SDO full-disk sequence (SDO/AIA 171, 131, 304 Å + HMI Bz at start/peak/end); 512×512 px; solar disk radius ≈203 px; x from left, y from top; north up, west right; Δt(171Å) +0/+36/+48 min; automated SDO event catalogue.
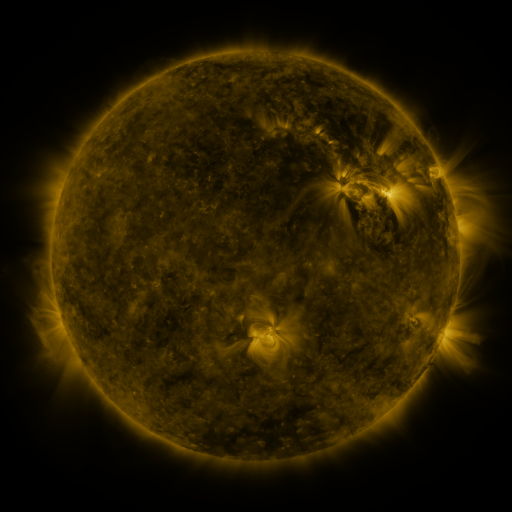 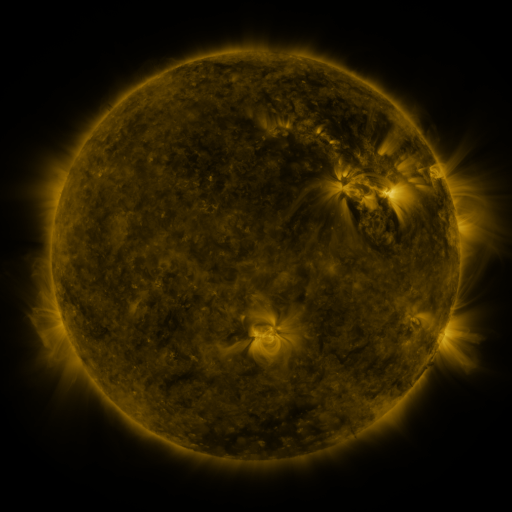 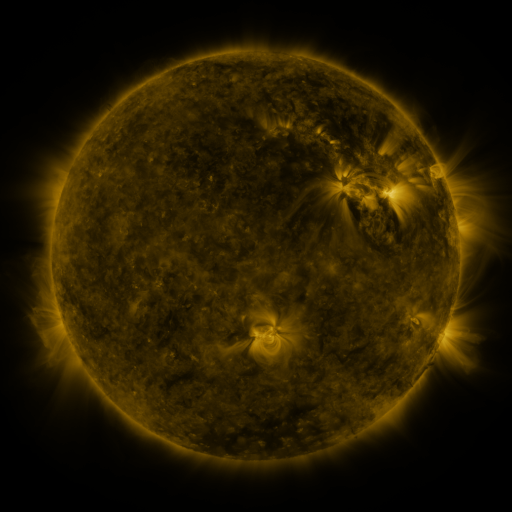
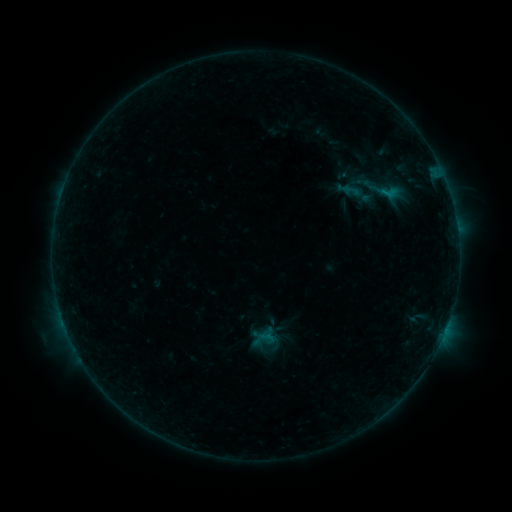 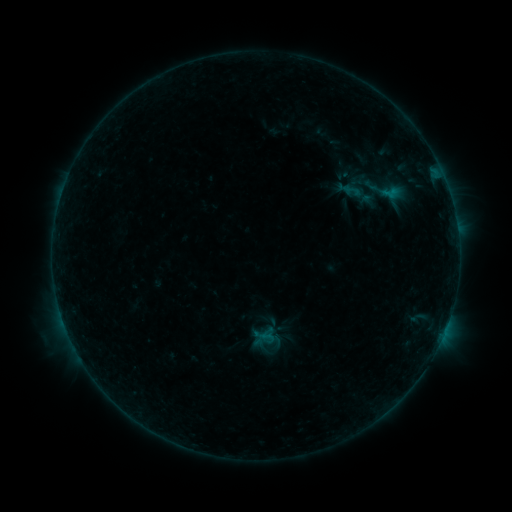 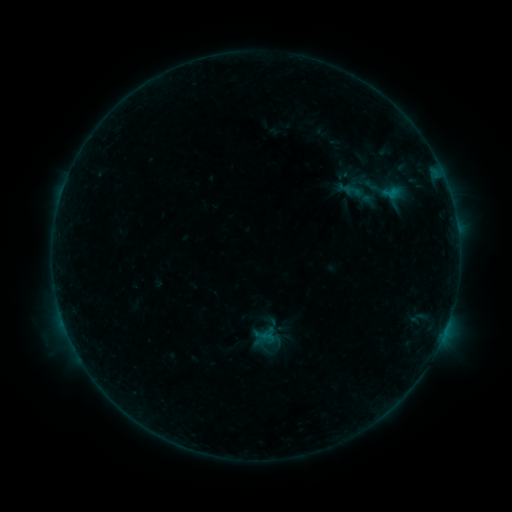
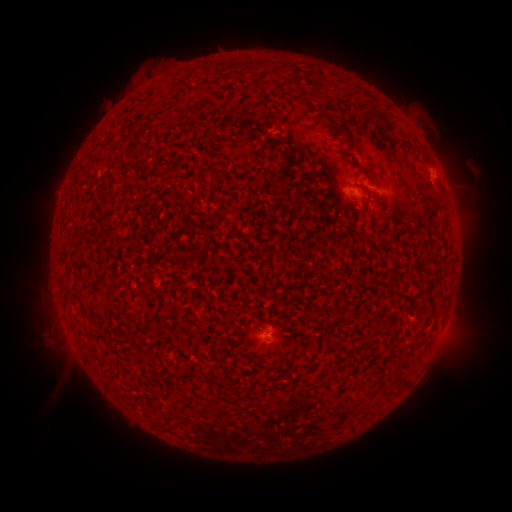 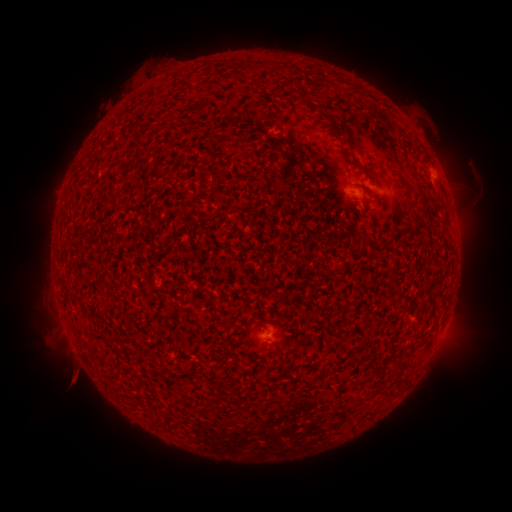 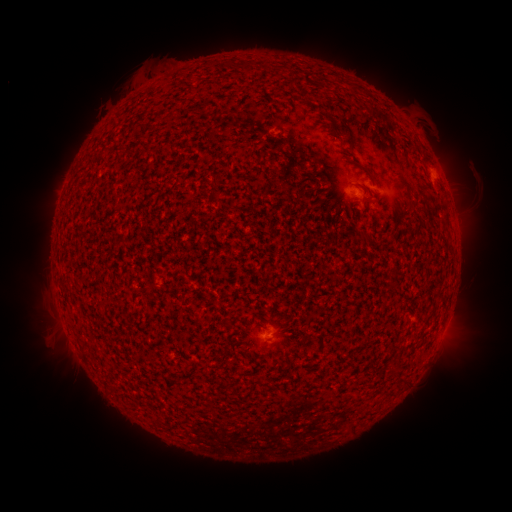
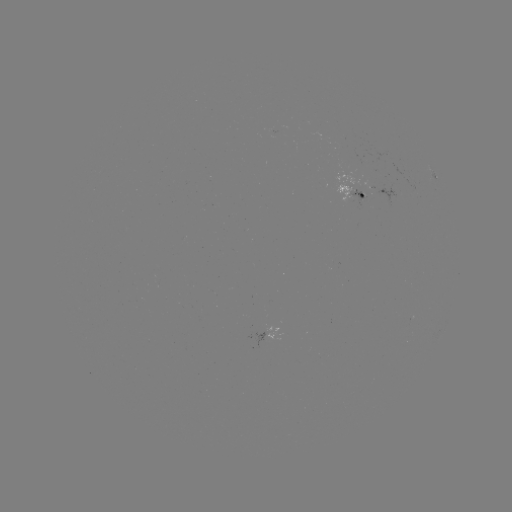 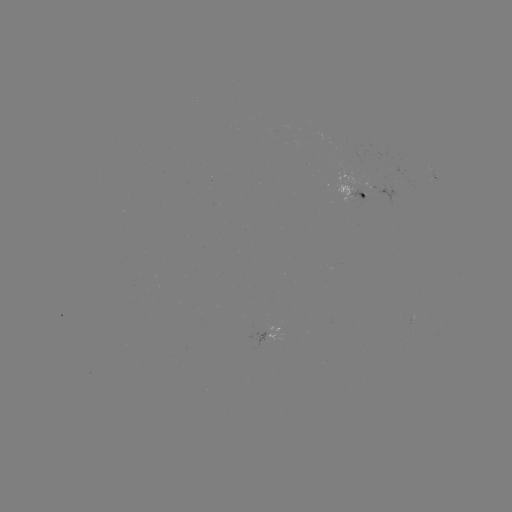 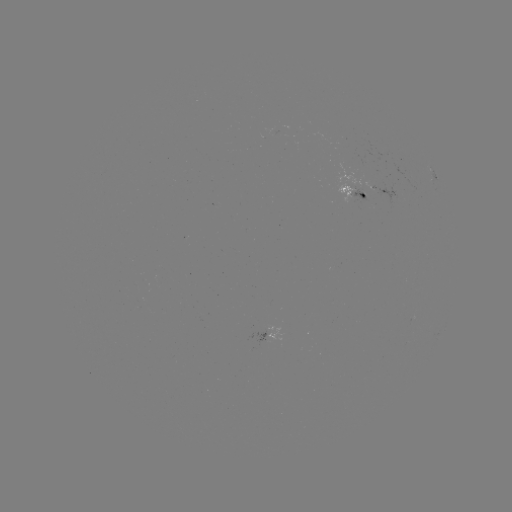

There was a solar emerging-flux region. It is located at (357, 193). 